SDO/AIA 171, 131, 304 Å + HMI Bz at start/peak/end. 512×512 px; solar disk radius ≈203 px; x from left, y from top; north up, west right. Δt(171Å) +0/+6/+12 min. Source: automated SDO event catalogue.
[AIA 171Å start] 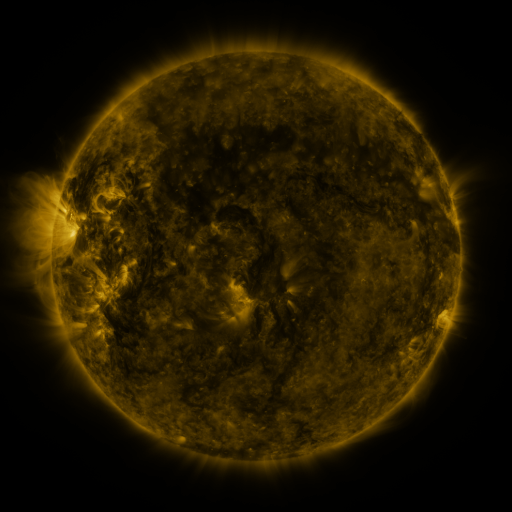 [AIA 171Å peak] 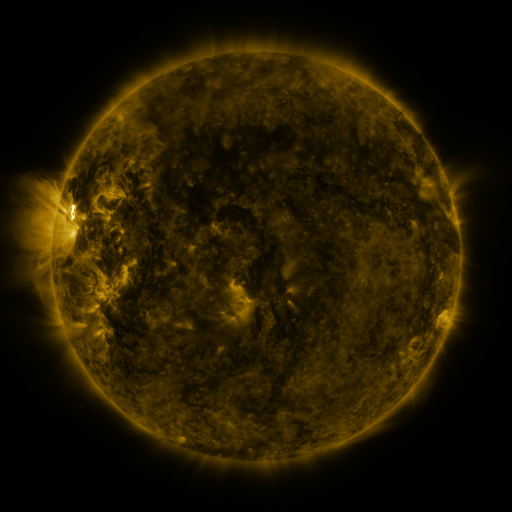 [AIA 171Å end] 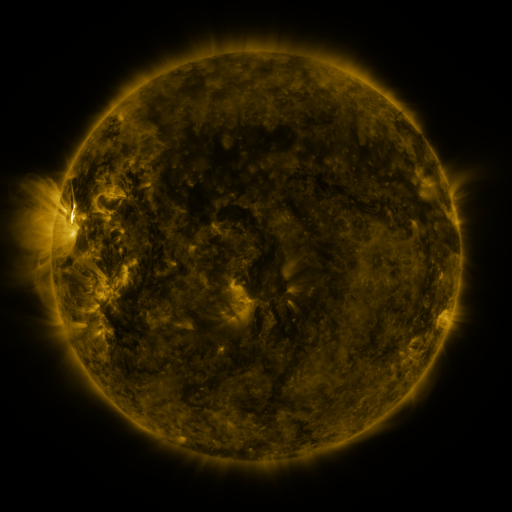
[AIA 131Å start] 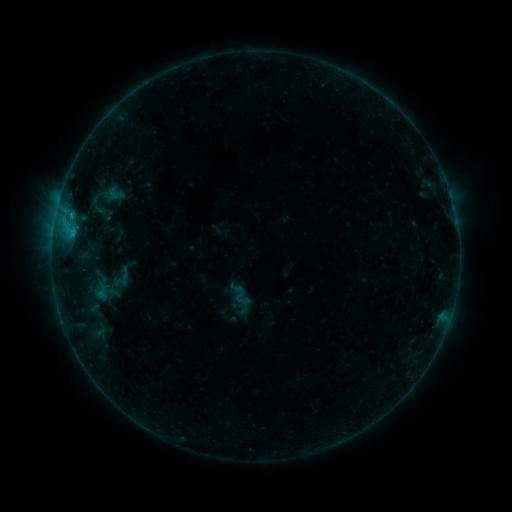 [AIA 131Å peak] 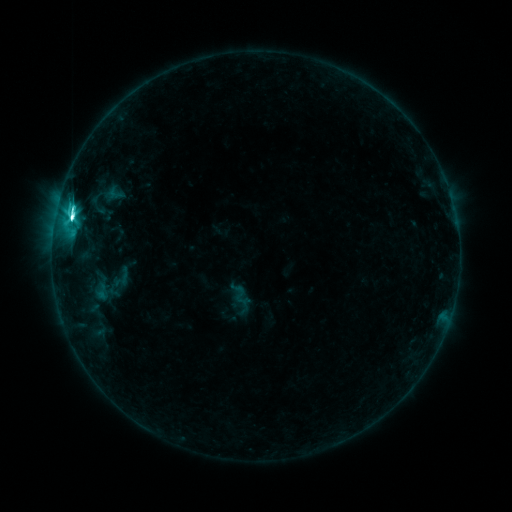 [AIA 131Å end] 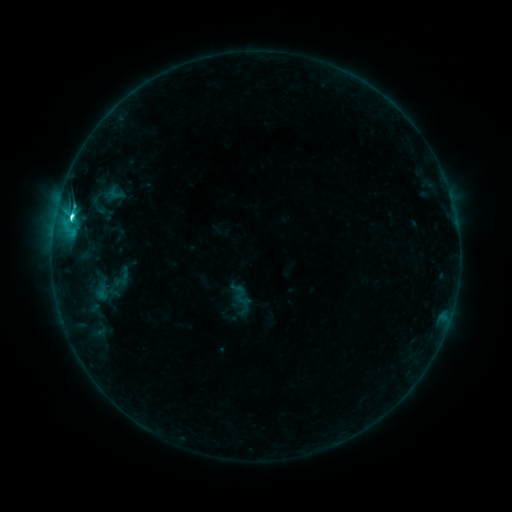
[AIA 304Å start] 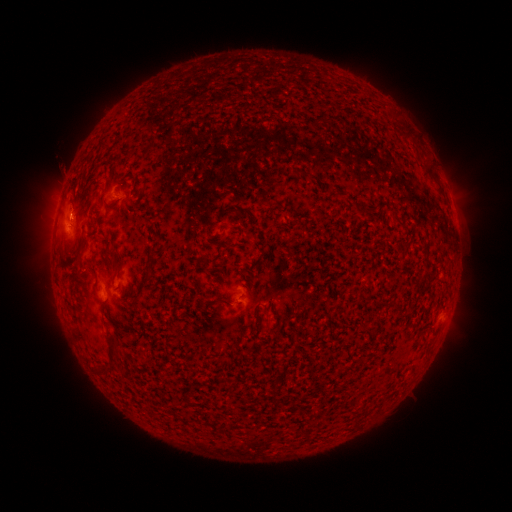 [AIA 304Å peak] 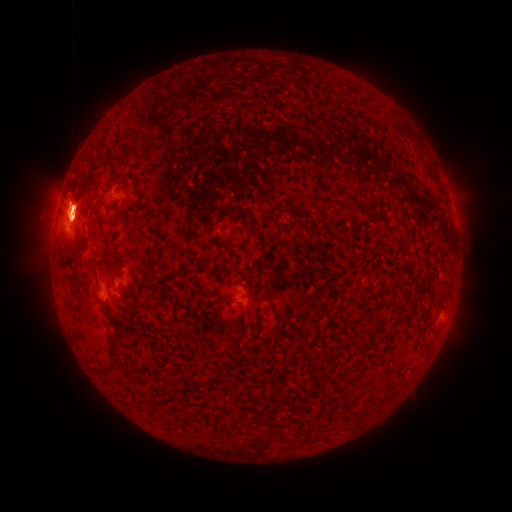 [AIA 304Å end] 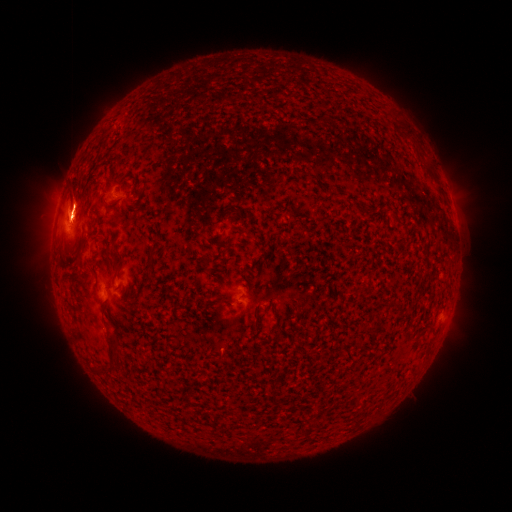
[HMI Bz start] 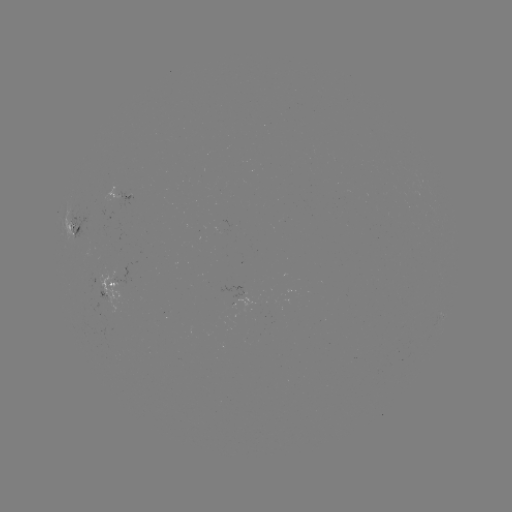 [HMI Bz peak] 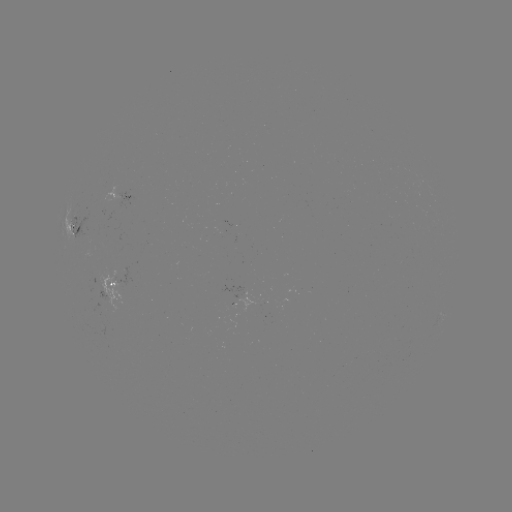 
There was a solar flare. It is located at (72, 219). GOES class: C8.6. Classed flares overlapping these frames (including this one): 1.